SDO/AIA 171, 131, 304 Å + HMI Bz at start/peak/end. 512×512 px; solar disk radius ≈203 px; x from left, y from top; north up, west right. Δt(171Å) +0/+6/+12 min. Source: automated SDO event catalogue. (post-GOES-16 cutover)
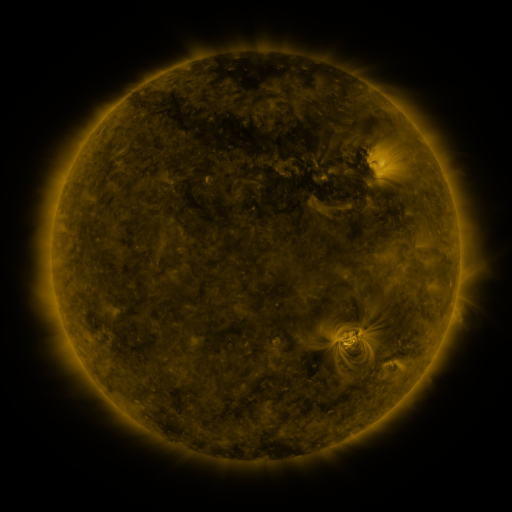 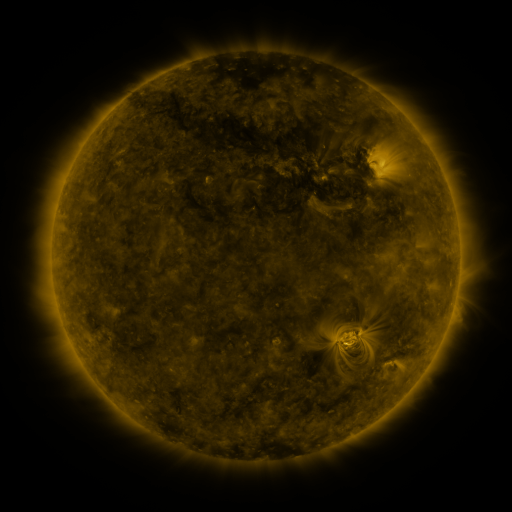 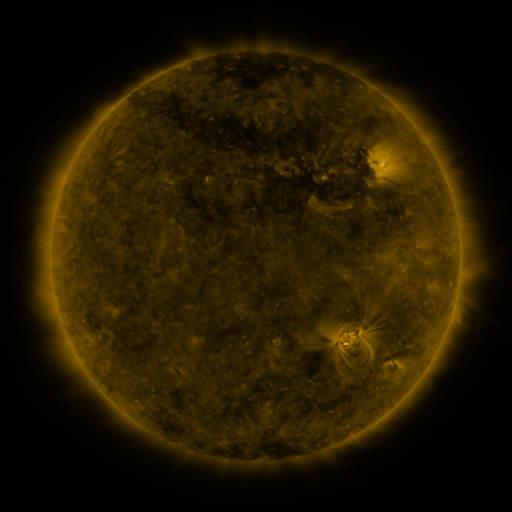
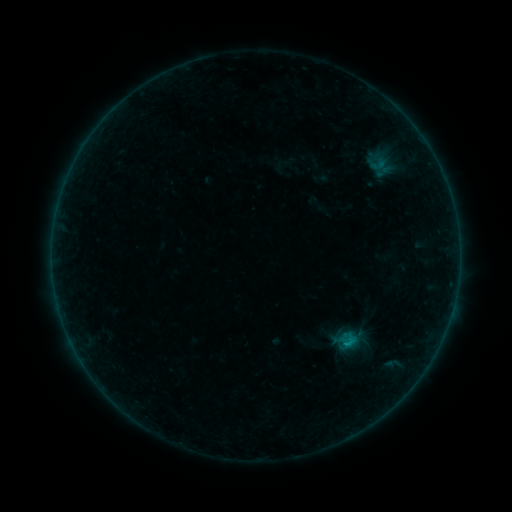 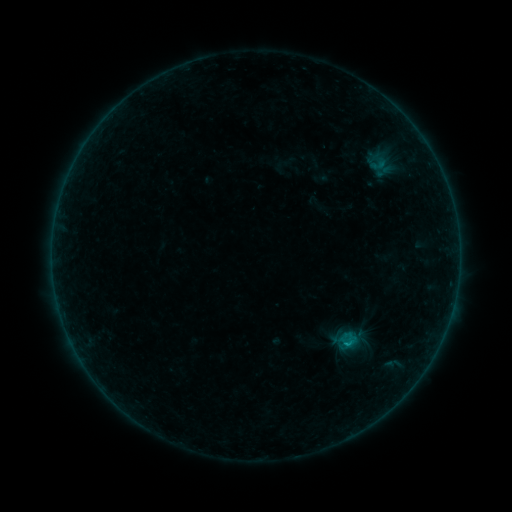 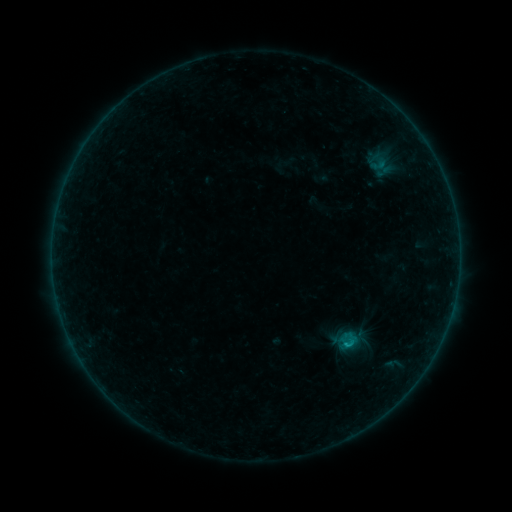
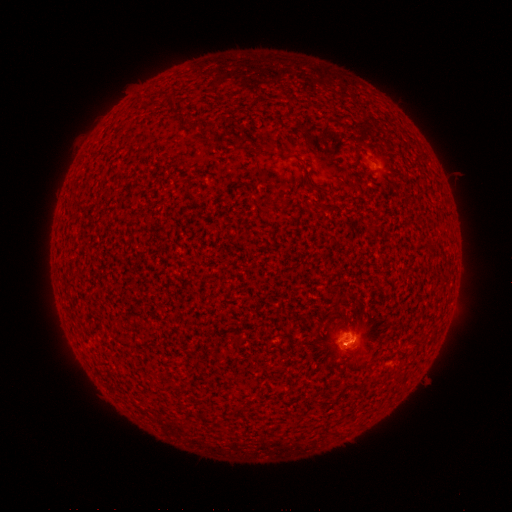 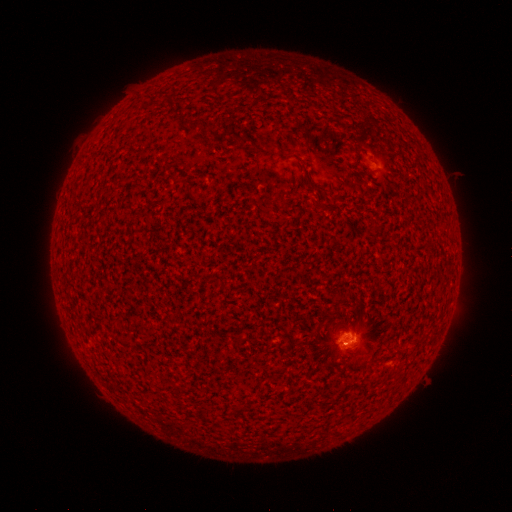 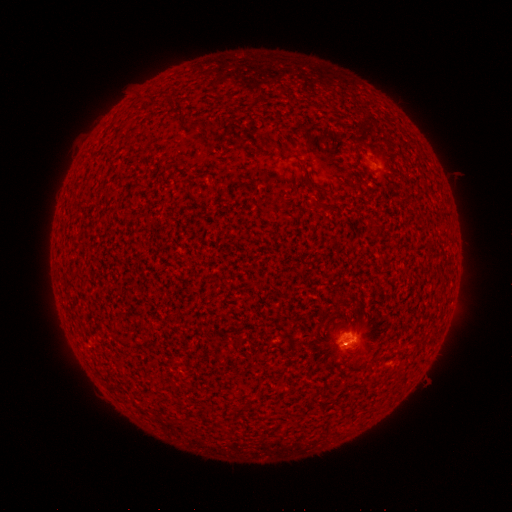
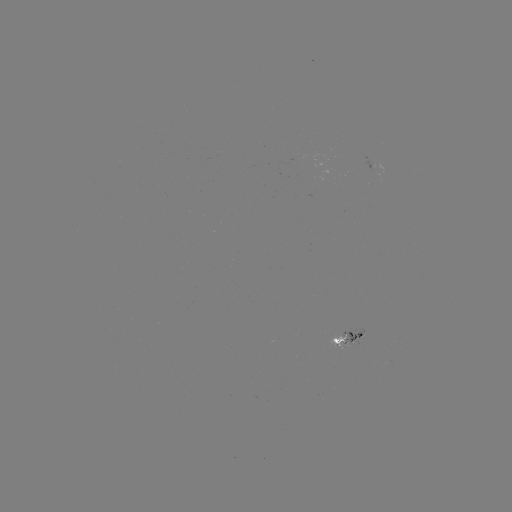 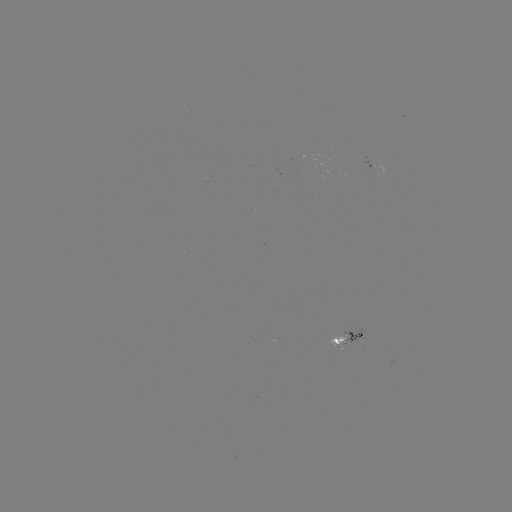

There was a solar flare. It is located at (342, 342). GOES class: B6.0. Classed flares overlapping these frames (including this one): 2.